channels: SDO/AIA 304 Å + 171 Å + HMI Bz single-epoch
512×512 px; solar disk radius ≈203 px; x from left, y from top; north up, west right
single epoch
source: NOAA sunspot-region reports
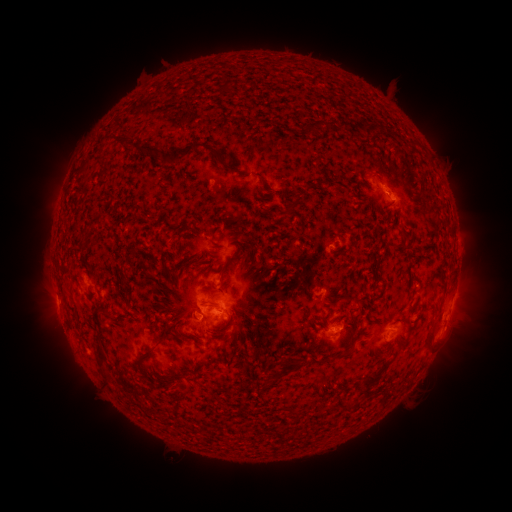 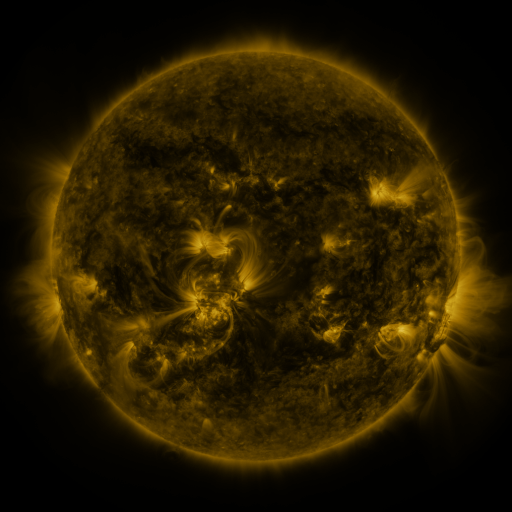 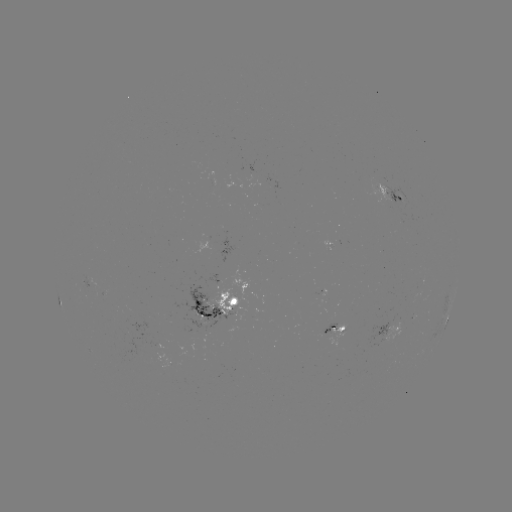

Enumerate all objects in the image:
spotted active region: (392, 198)
spotted active region: (91, 281)
spotted active region: (449, 301)
spotted active region: (221, 307)
spotted active region: (447, 320)
spotted active region: (334, 330)
spotted active region: (389, 331)
